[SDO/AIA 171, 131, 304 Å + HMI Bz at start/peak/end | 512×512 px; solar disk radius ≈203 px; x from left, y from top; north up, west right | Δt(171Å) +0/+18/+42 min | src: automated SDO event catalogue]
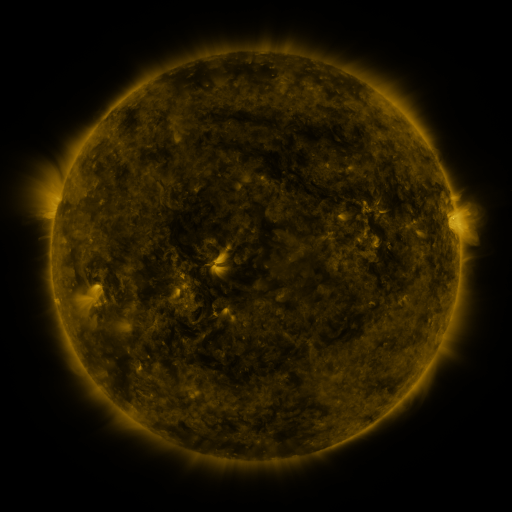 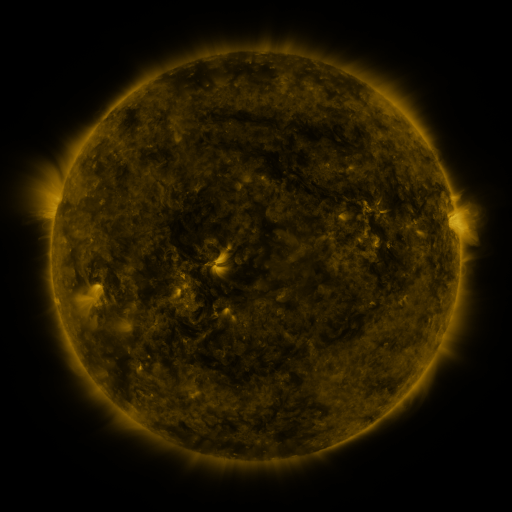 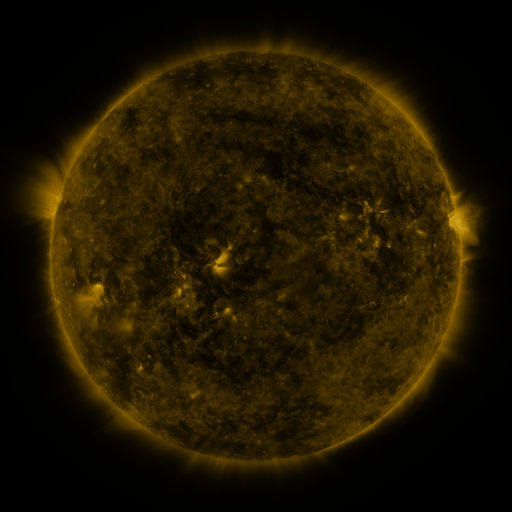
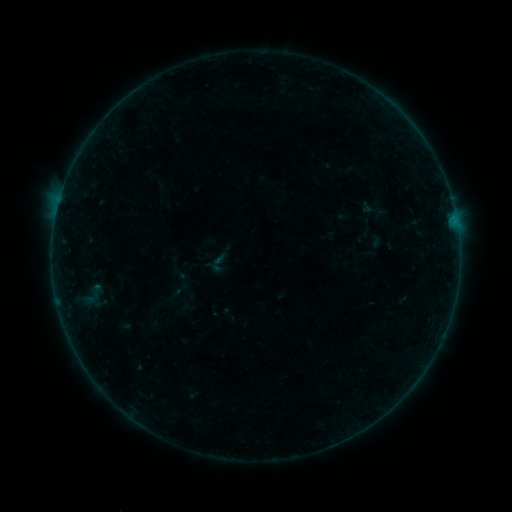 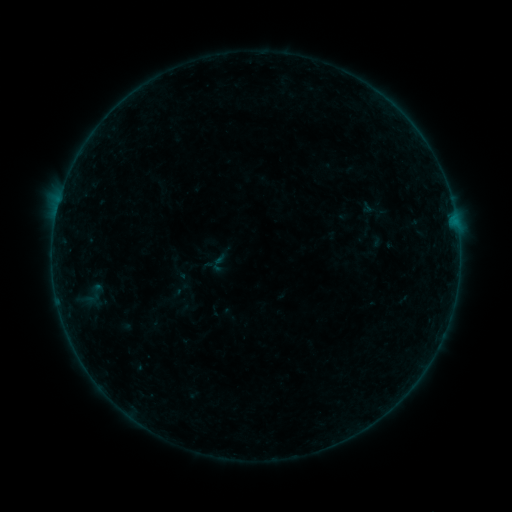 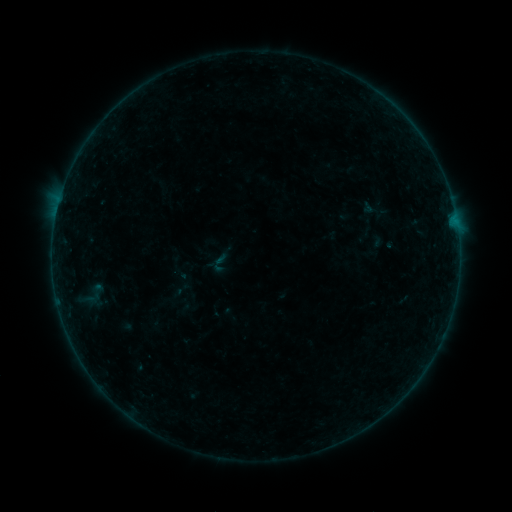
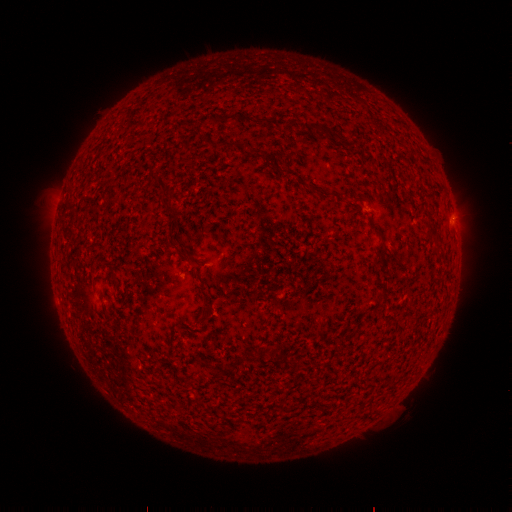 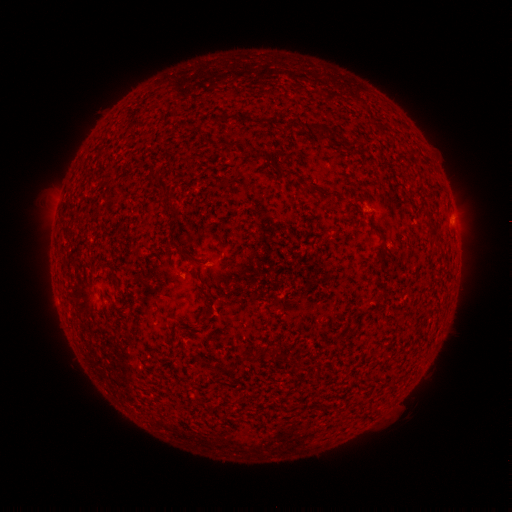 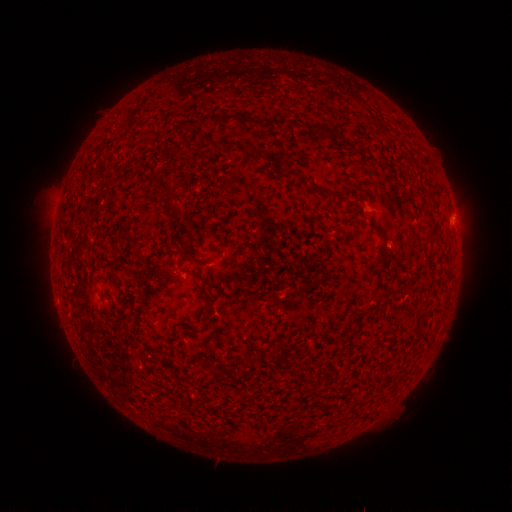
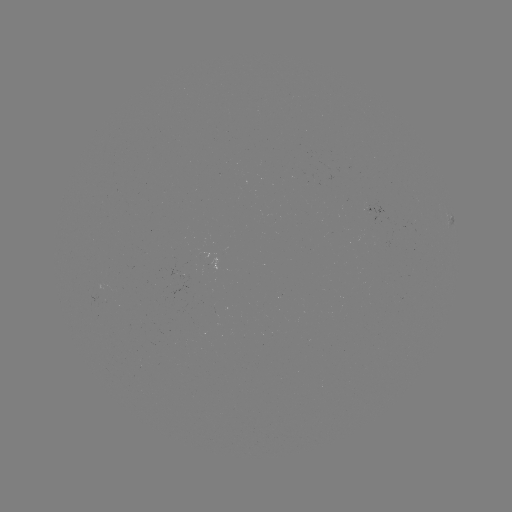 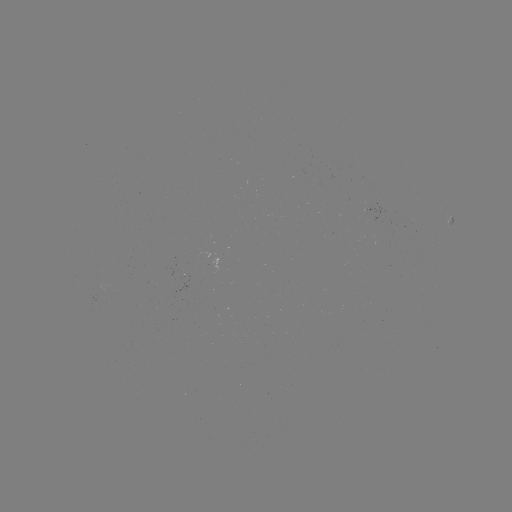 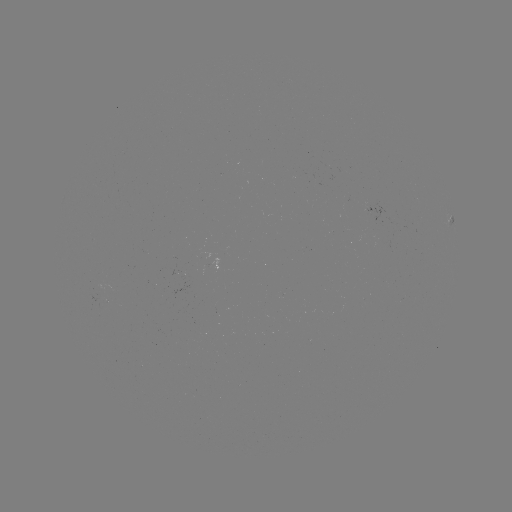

no flare in any classed list; no EUV-trigger detection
